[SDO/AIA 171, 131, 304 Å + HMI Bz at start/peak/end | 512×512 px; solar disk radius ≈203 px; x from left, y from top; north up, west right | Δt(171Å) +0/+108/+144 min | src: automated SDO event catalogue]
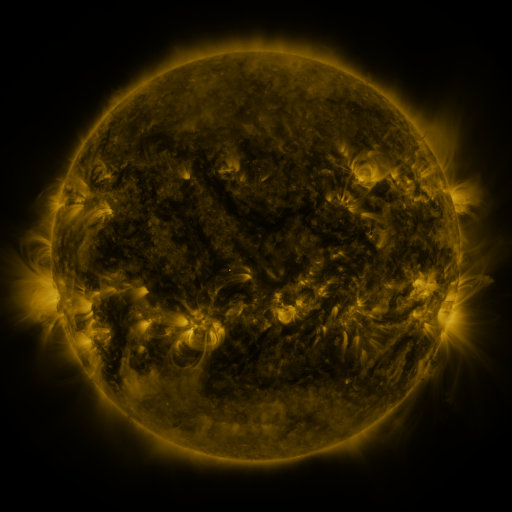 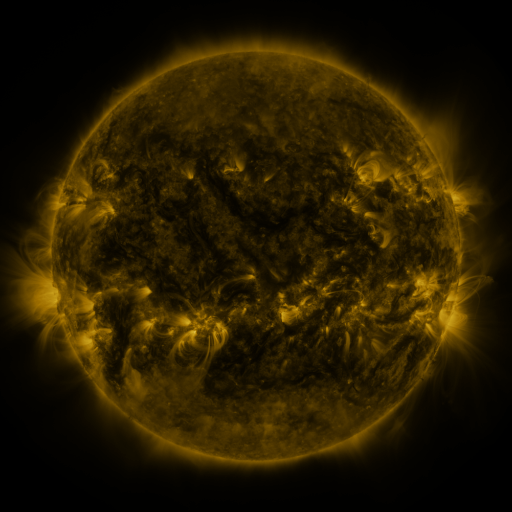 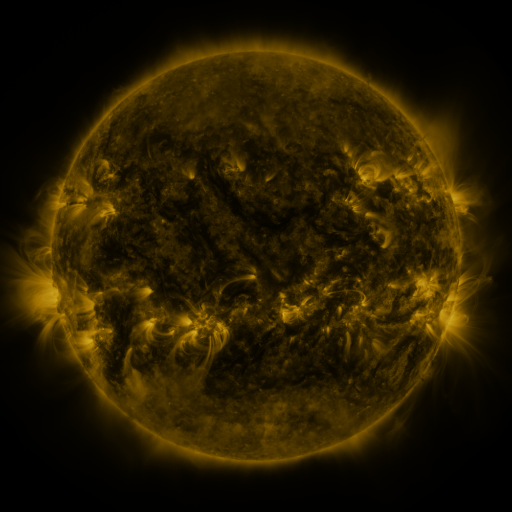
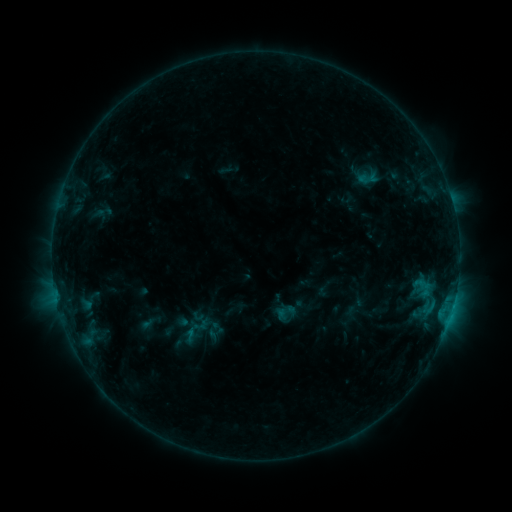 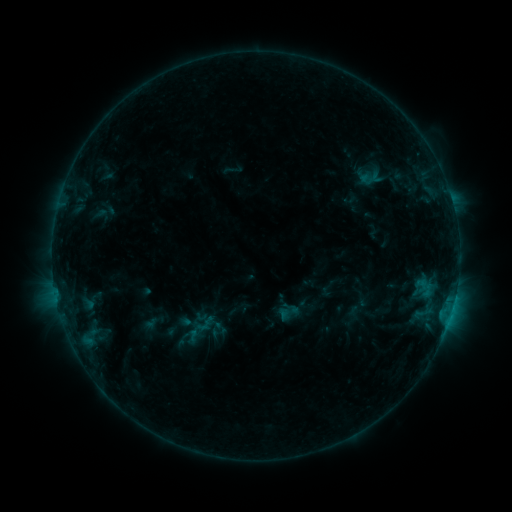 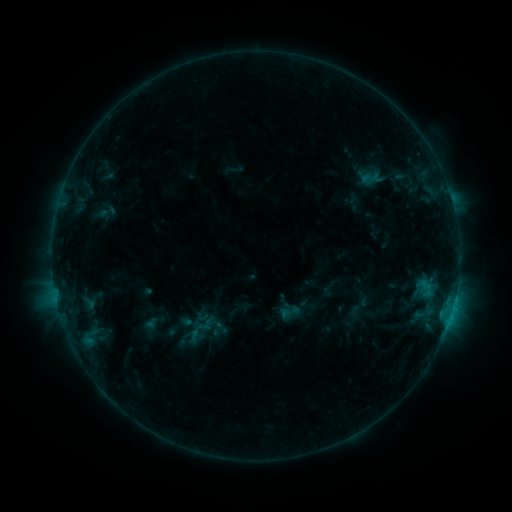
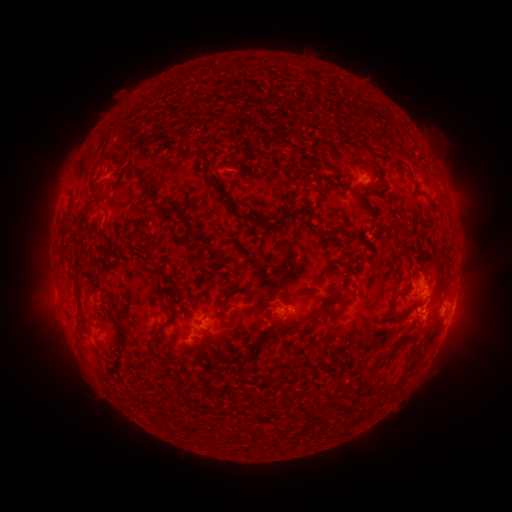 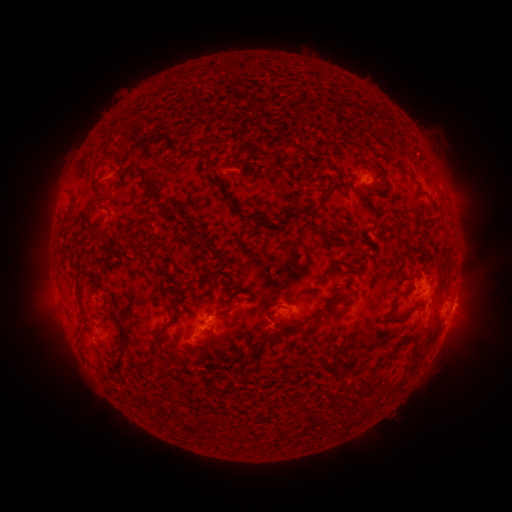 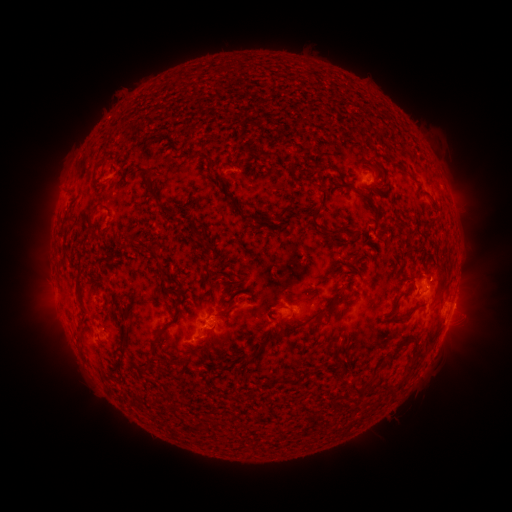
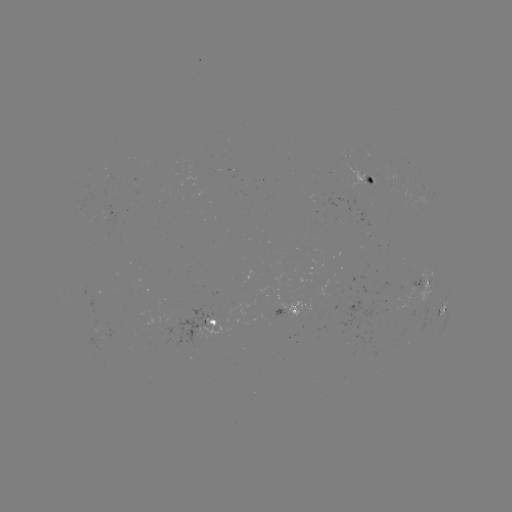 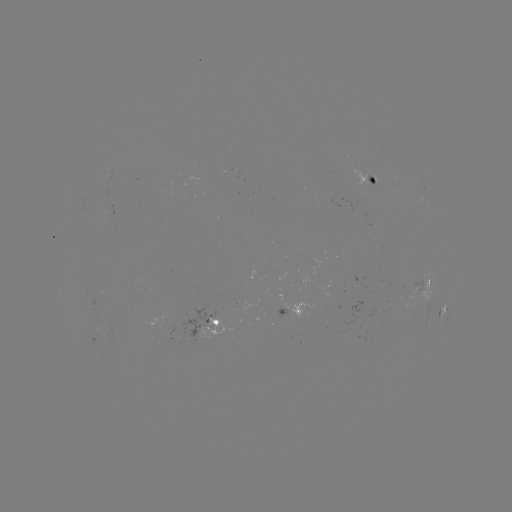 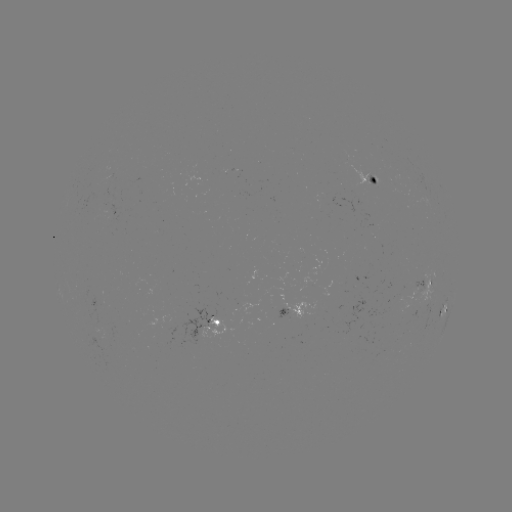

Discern emerging-flux region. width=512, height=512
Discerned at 106,330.